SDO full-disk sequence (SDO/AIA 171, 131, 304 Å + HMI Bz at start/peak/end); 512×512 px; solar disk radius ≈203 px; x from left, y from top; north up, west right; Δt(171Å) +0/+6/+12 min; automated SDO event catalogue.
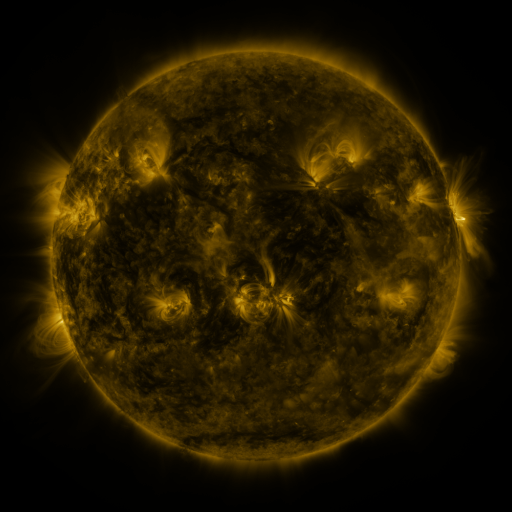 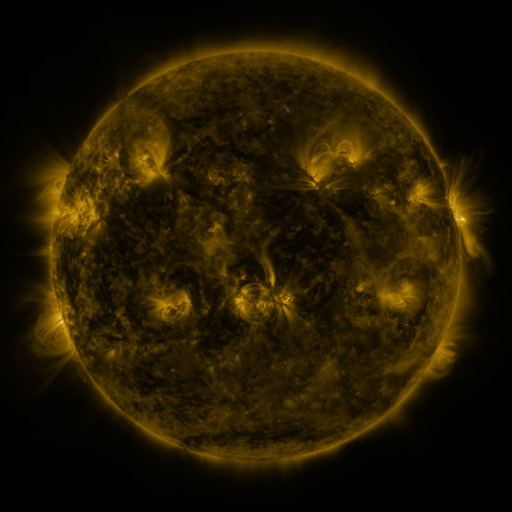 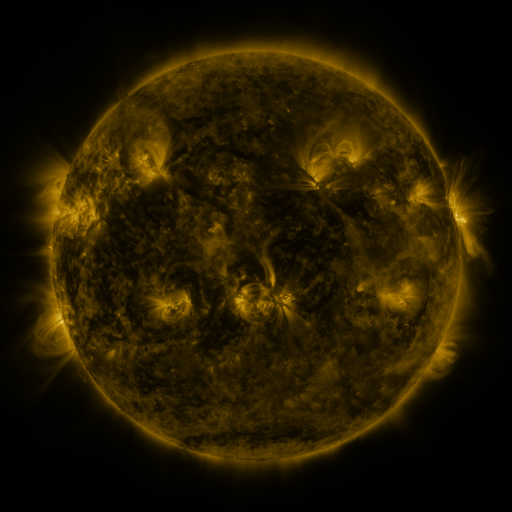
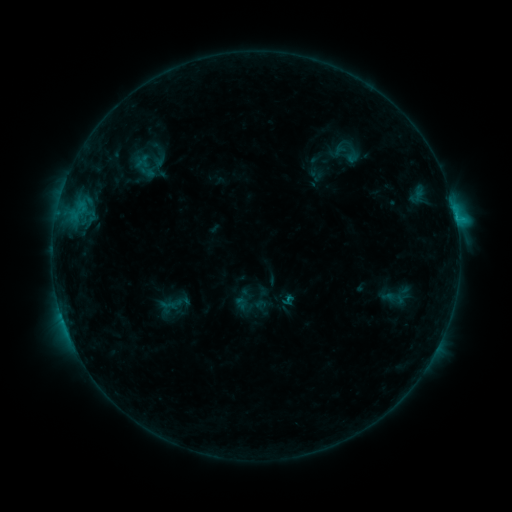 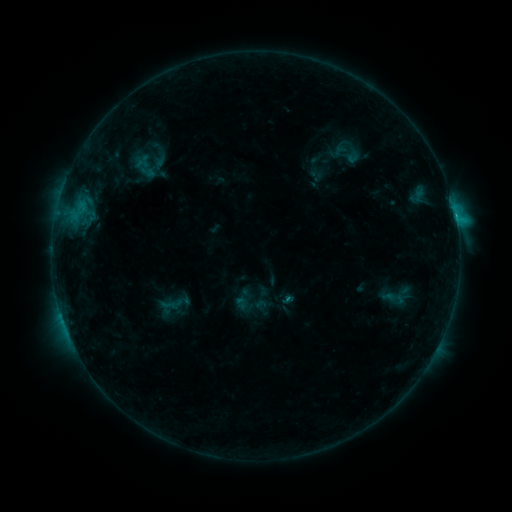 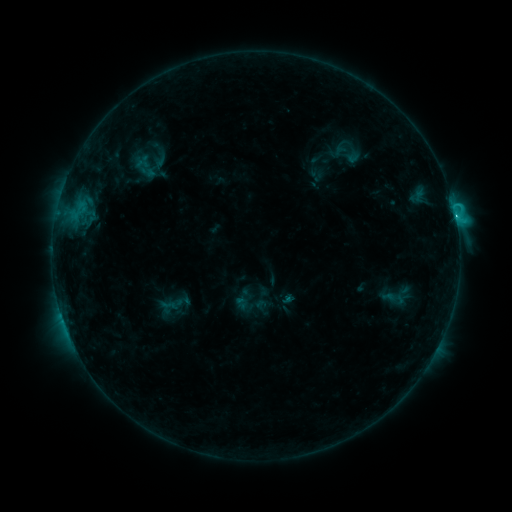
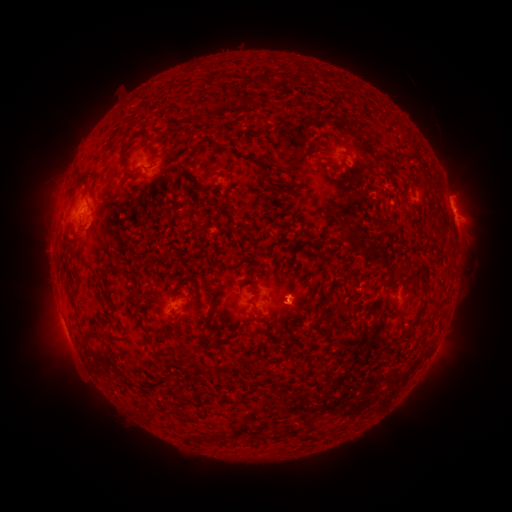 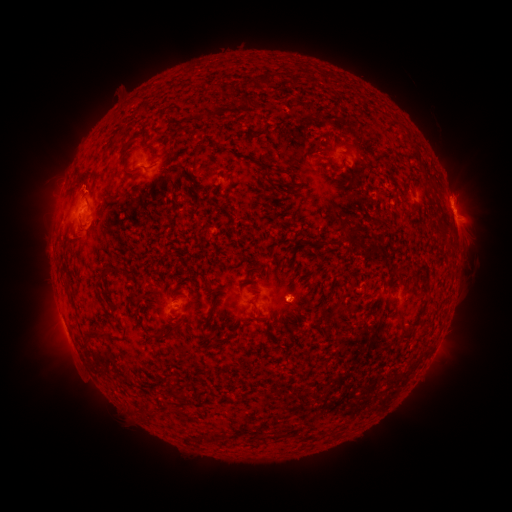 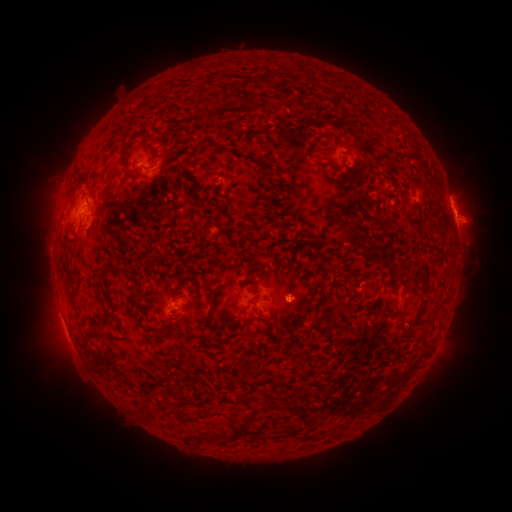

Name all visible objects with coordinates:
C1.7 flare: (455, 220)
